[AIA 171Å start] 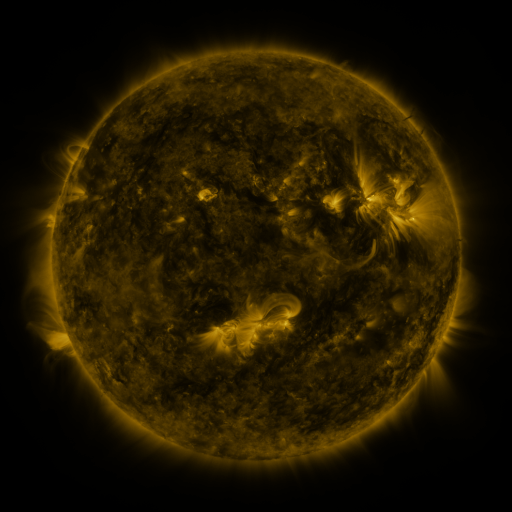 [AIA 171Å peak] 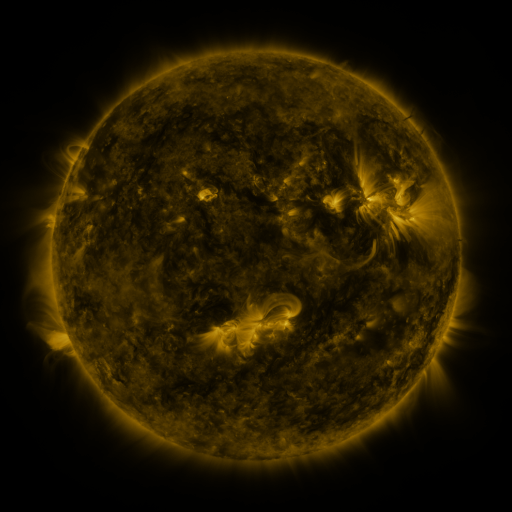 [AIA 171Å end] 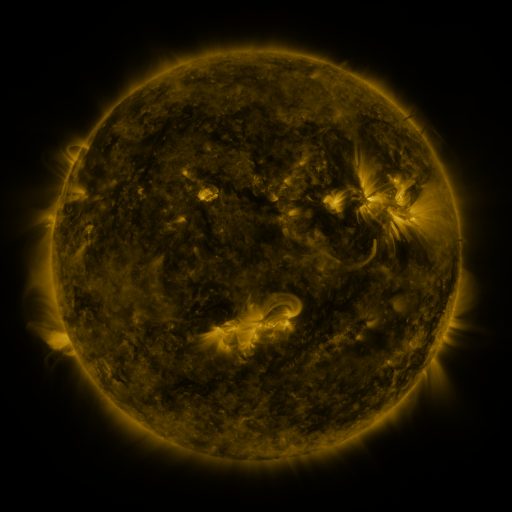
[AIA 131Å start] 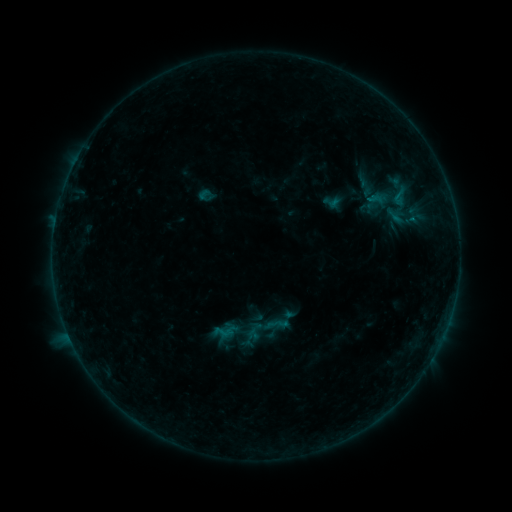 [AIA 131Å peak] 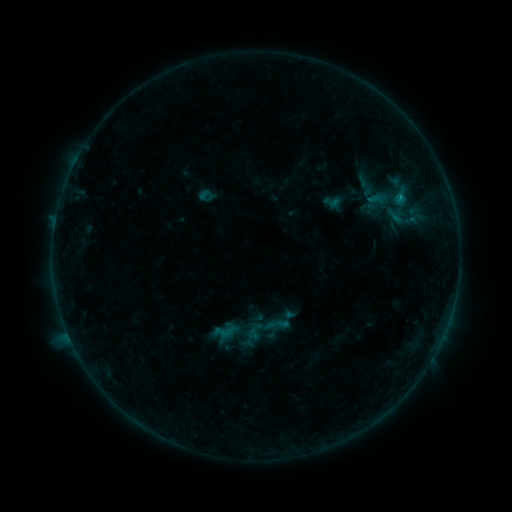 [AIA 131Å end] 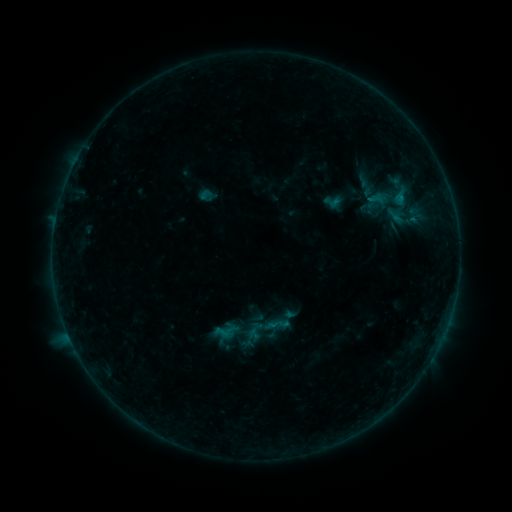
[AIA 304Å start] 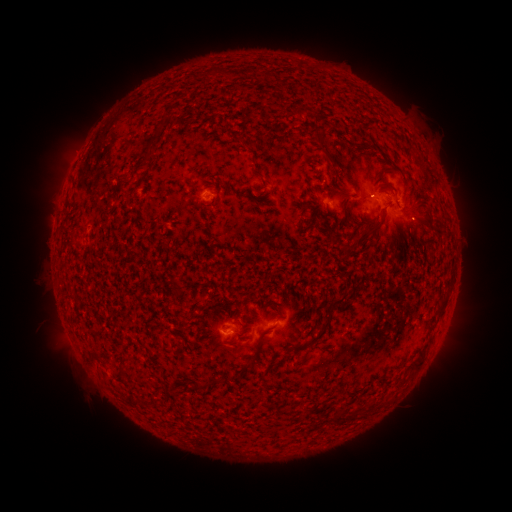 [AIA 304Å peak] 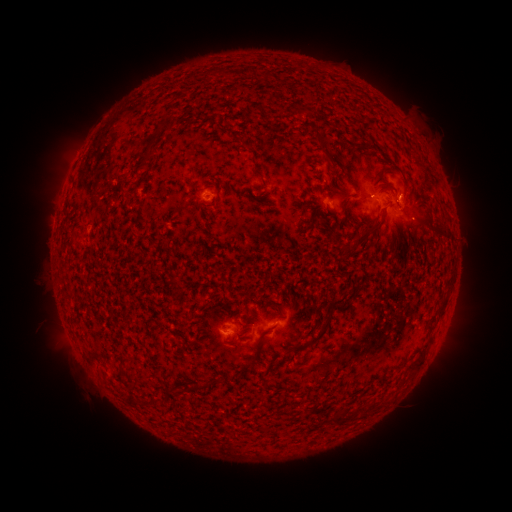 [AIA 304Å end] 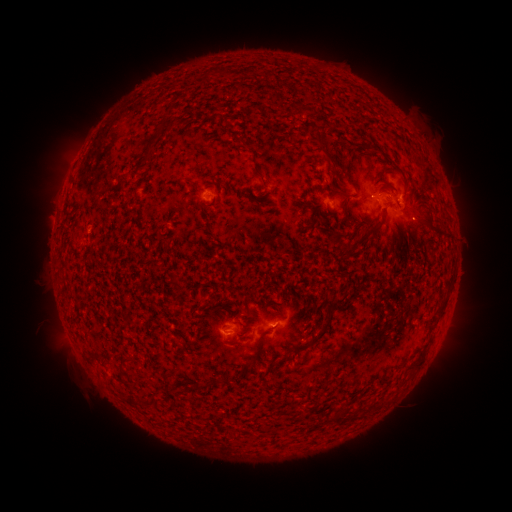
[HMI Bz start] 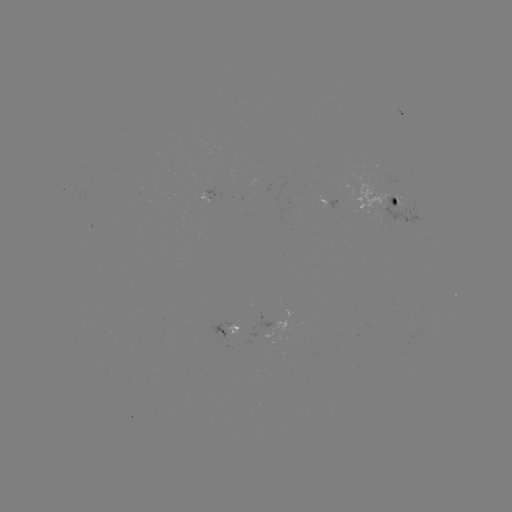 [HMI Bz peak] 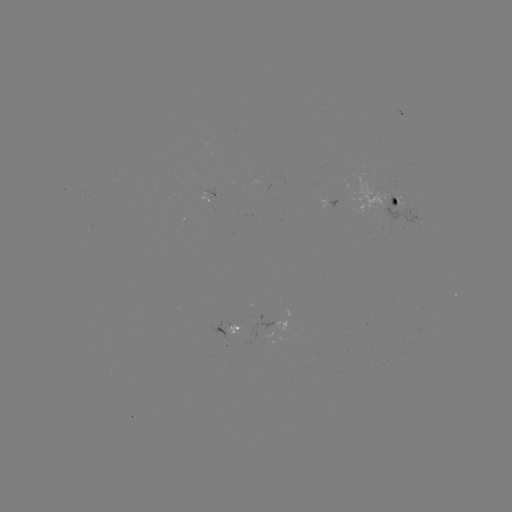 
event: flare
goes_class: B4.3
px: (400, 200)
